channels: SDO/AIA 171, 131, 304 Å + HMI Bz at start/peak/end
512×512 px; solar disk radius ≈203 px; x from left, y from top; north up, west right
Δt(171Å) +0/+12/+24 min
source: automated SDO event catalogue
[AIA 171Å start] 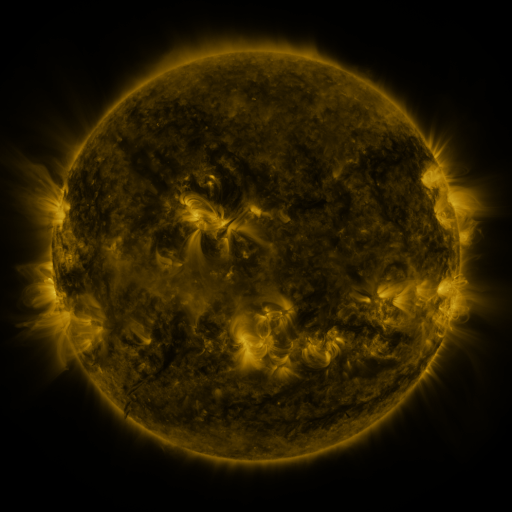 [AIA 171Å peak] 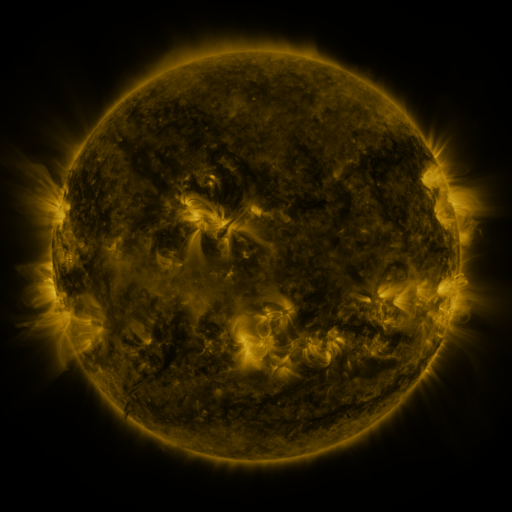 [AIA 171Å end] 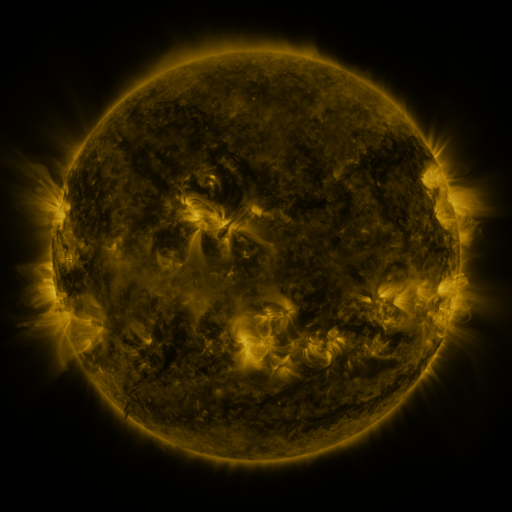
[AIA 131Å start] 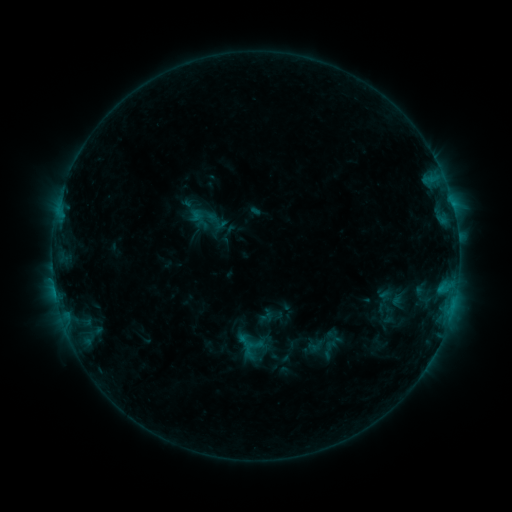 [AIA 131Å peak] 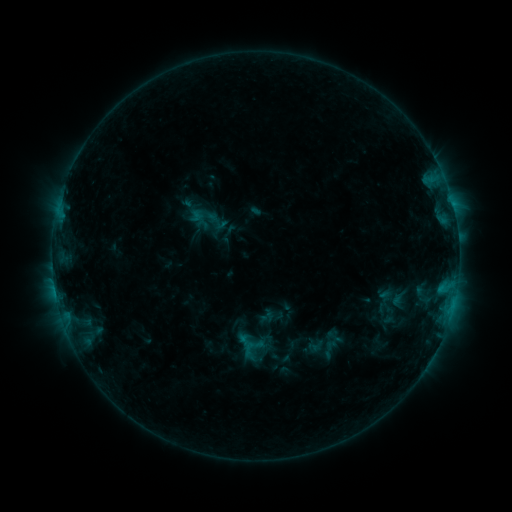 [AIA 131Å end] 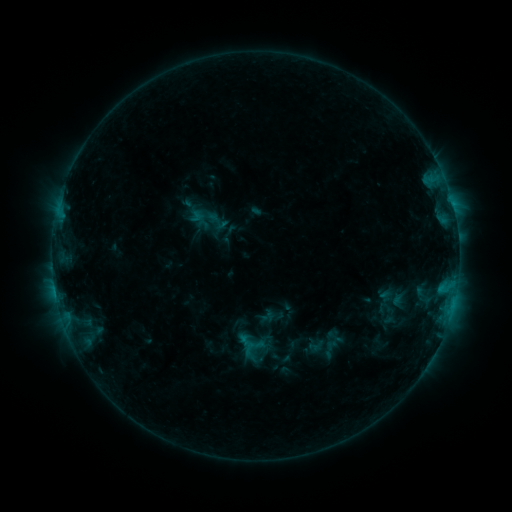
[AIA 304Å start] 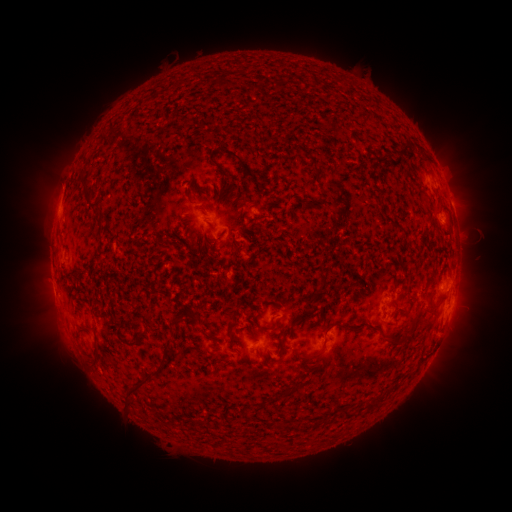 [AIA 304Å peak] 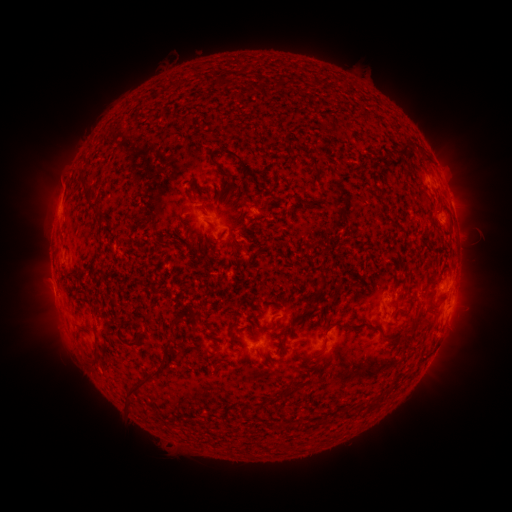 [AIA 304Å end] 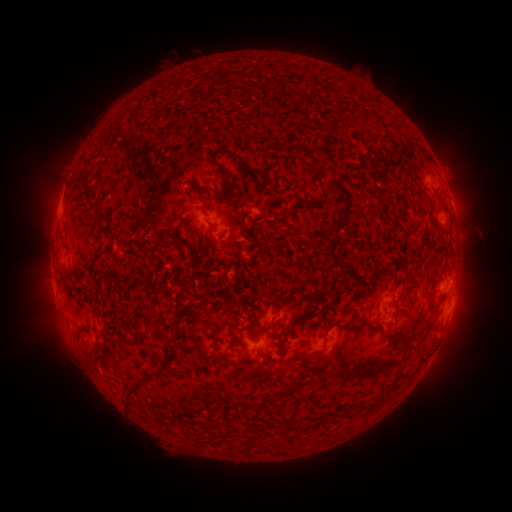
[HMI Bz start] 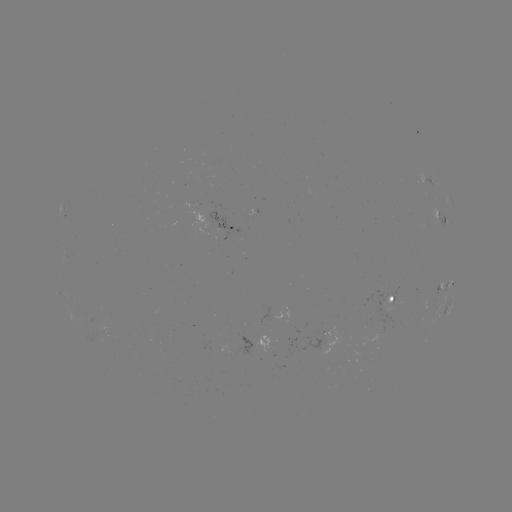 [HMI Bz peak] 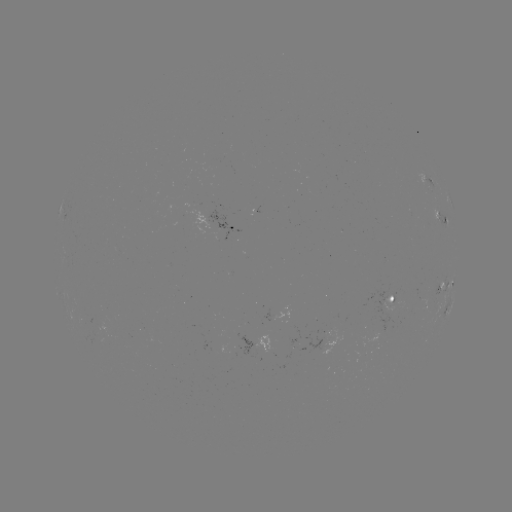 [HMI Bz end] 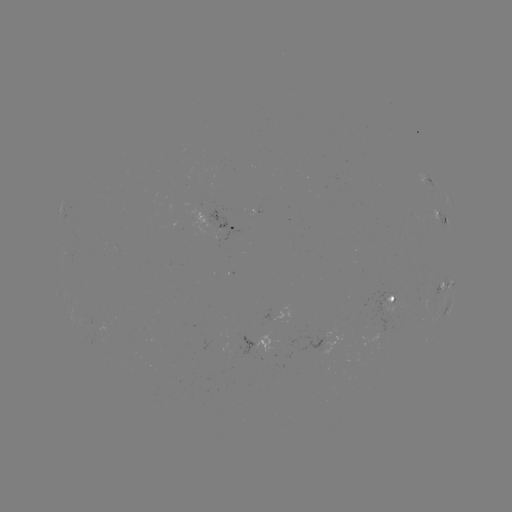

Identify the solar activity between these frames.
nothing was catalogued: no classed flare, no EUV trigger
